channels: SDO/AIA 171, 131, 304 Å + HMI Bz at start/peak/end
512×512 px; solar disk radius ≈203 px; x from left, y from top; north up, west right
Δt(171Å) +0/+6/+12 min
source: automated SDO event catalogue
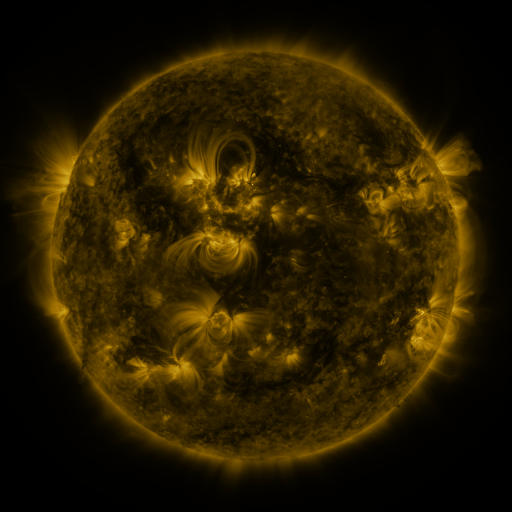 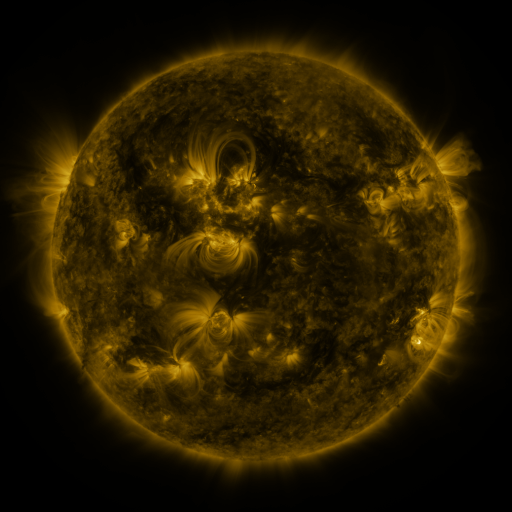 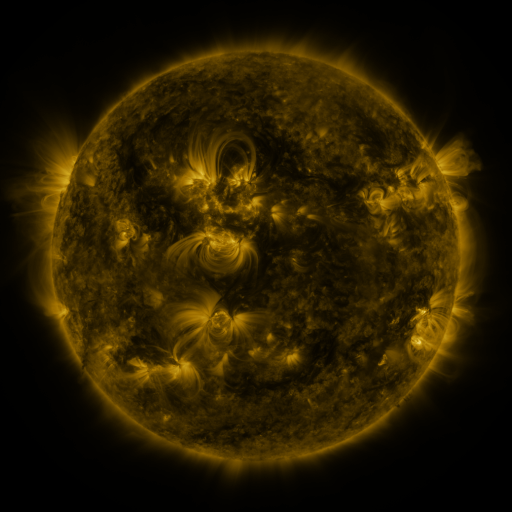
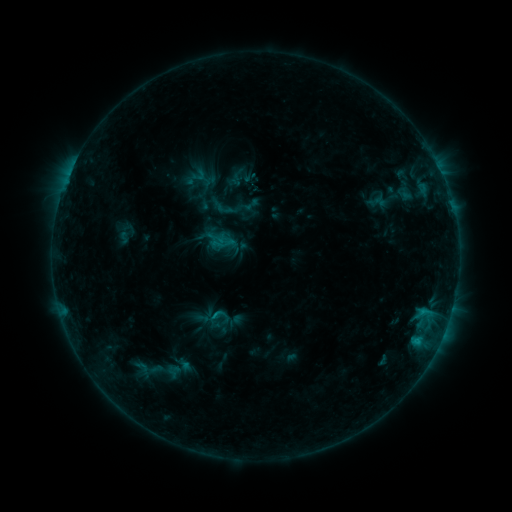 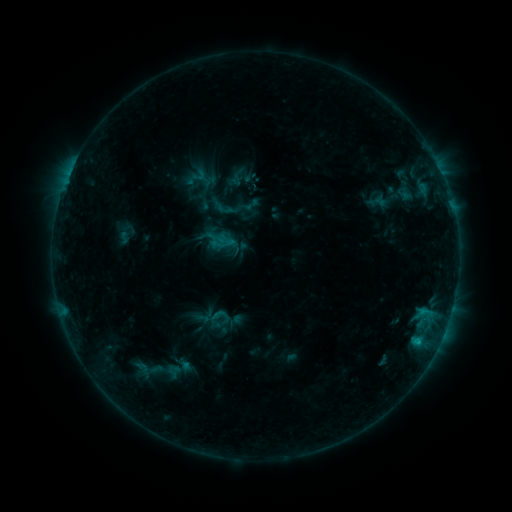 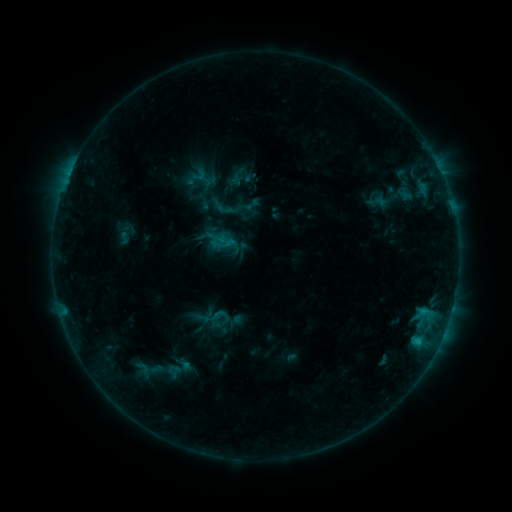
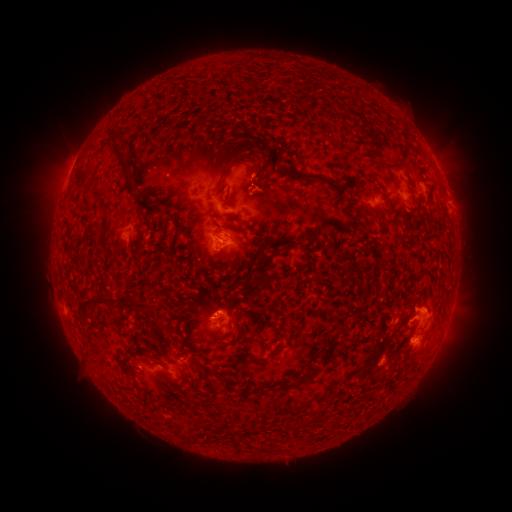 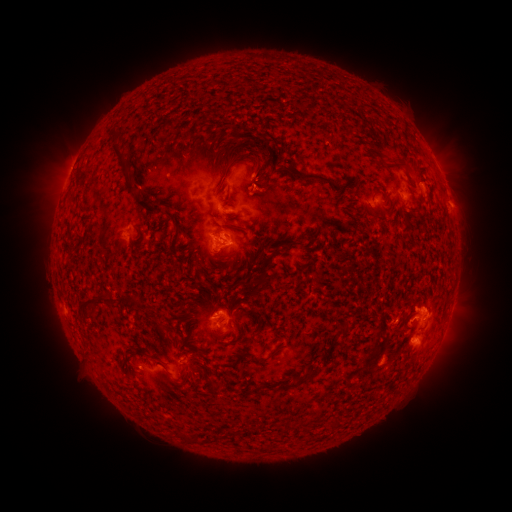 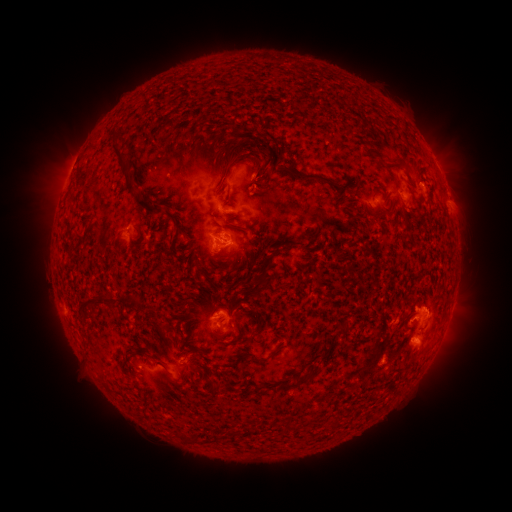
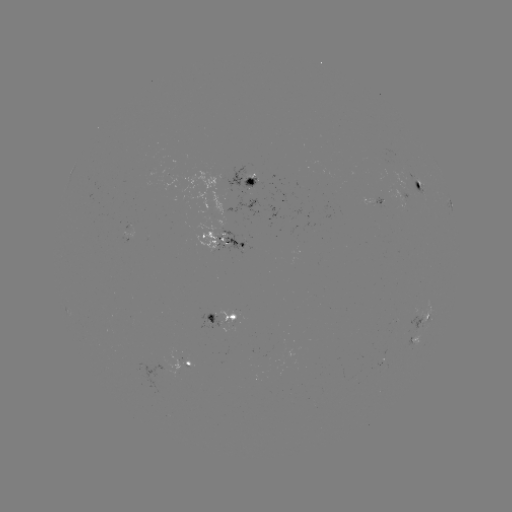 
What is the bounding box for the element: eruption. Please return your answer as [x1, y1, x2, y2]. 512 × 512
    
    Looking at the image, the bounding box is [435, 181, 484, 226].